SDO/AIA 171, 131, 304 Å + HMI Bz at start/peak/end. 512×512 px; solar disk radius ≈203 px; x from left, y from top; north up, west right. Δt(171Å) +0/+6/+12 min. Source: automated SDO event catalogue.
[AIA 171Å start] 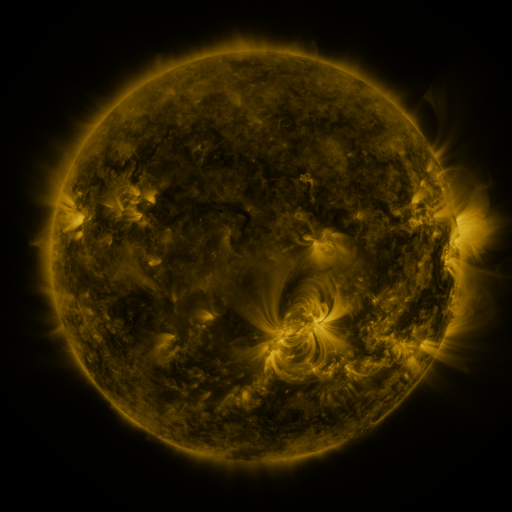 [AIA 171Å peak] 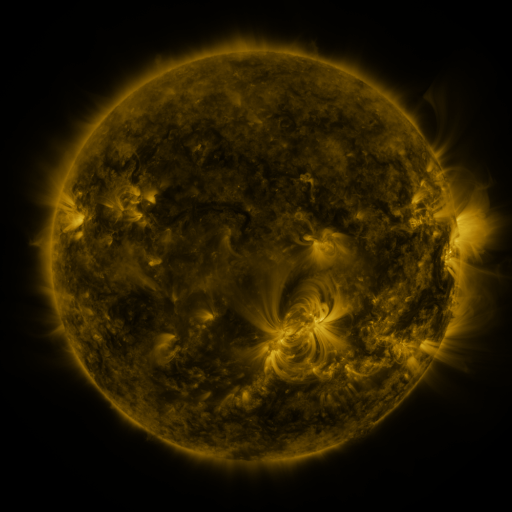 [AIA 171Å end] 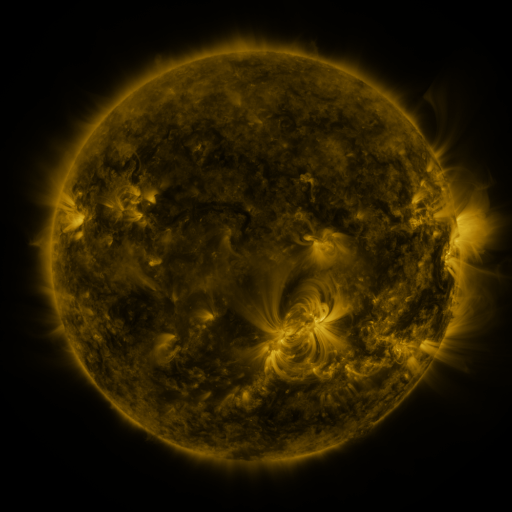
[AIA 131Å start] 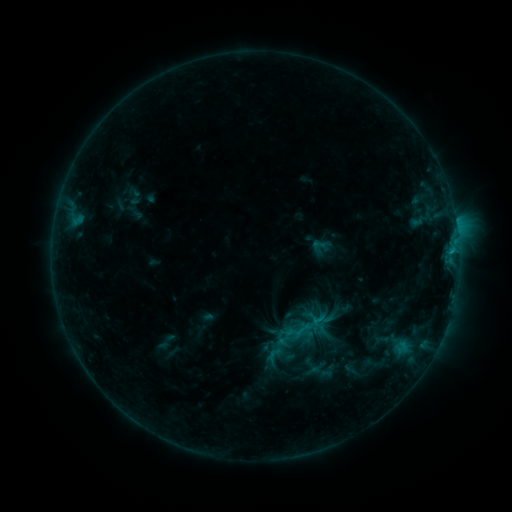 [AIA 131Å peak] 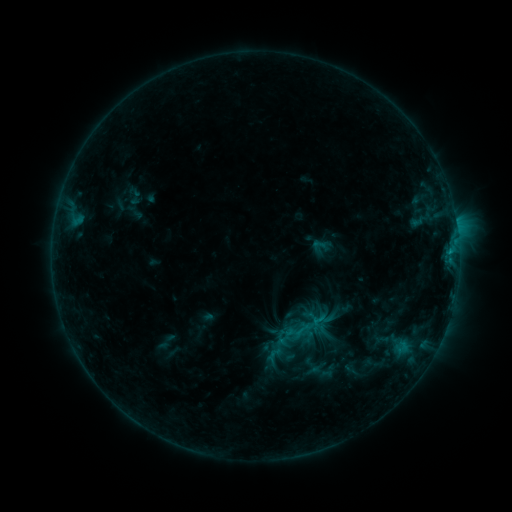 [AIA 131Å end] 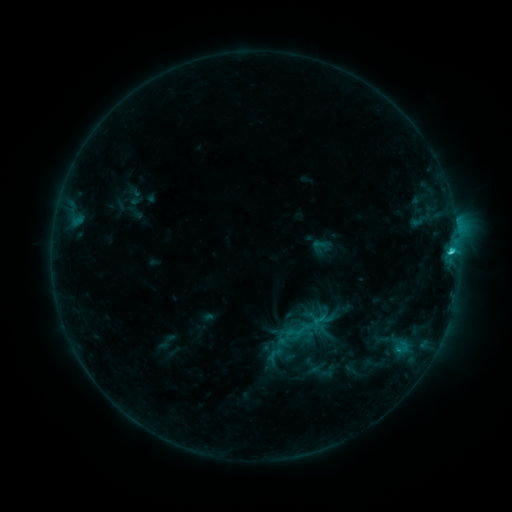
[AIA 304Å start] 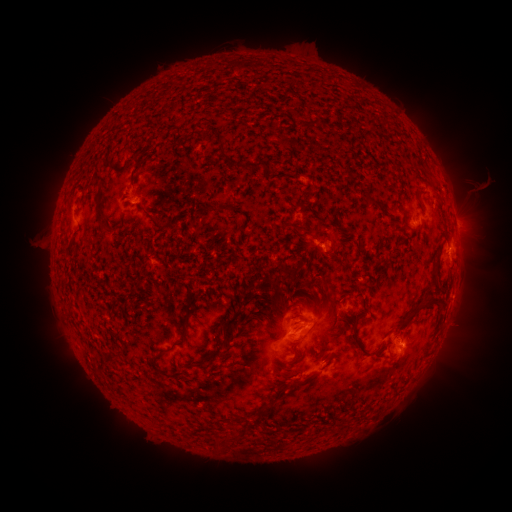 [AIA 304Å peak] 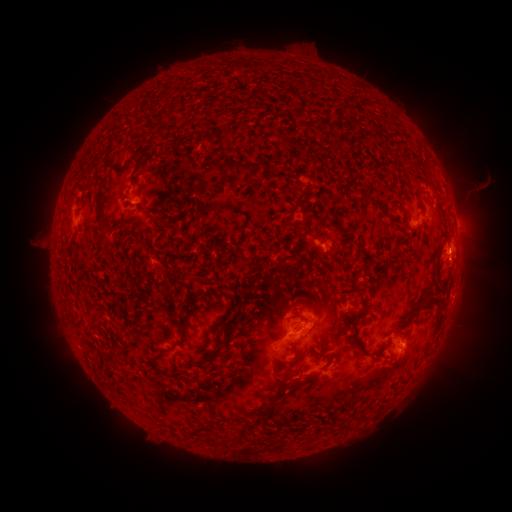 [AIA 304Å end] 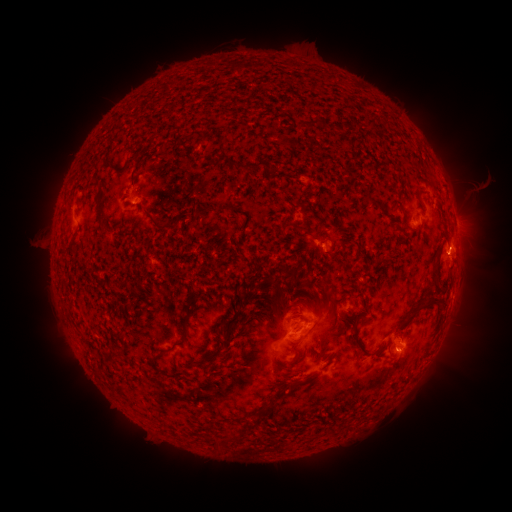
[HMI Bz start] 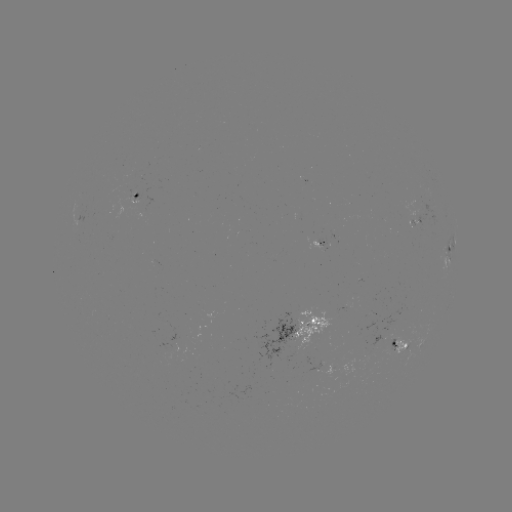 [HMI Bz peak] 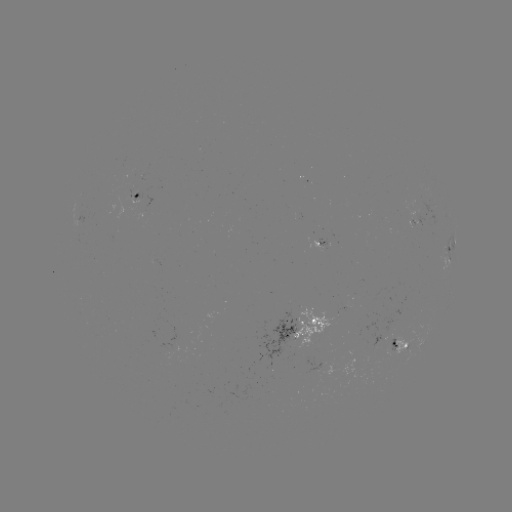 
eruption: [435, 221, 492, 293]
